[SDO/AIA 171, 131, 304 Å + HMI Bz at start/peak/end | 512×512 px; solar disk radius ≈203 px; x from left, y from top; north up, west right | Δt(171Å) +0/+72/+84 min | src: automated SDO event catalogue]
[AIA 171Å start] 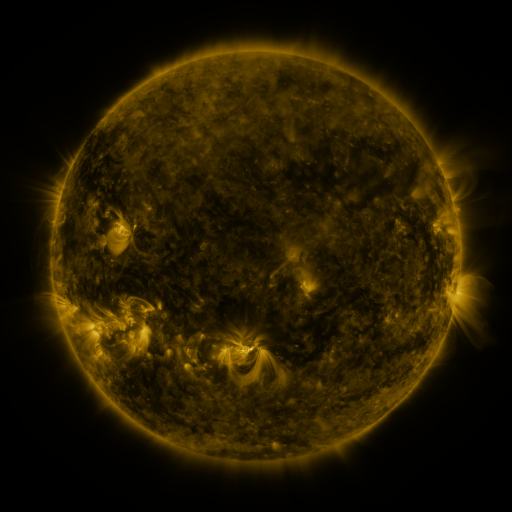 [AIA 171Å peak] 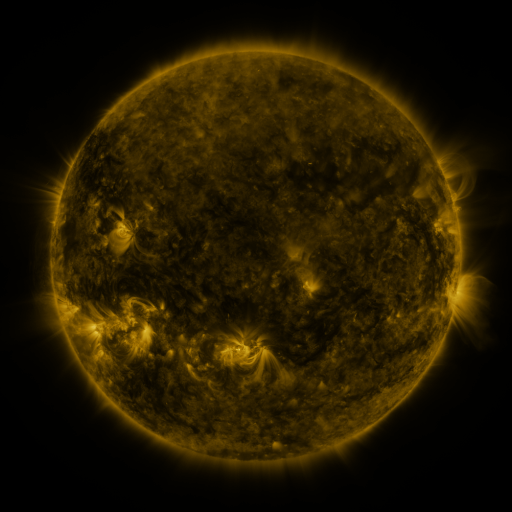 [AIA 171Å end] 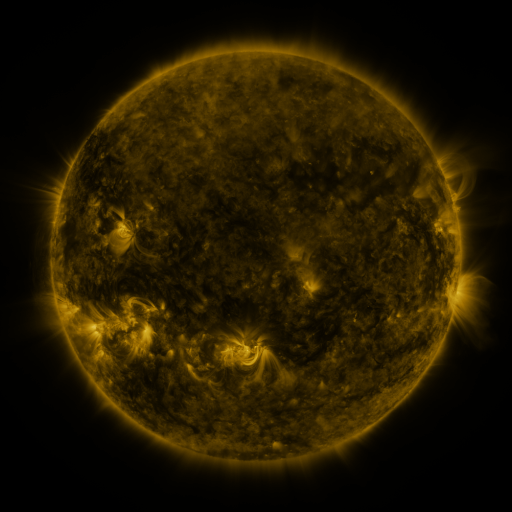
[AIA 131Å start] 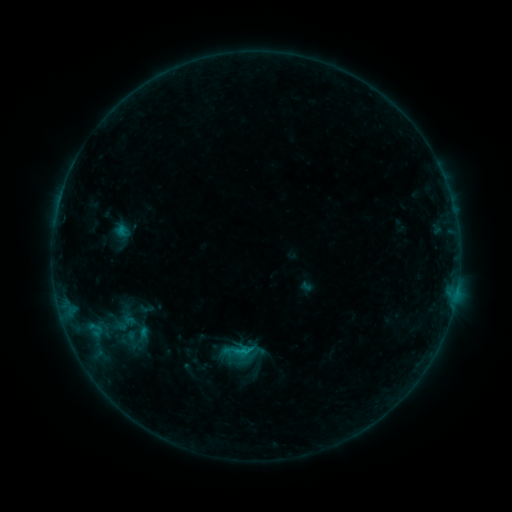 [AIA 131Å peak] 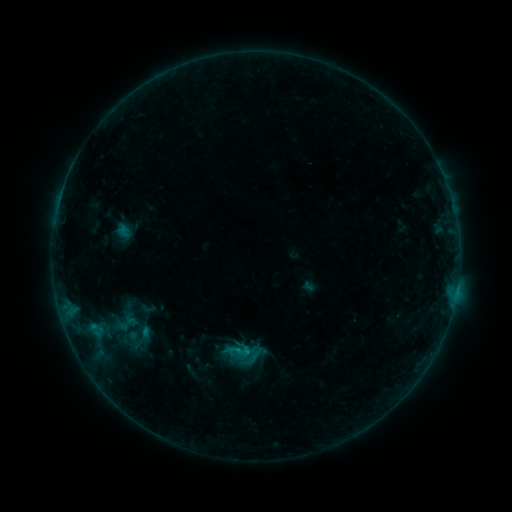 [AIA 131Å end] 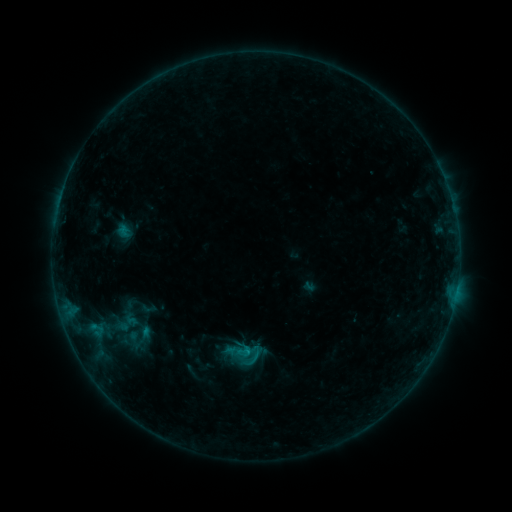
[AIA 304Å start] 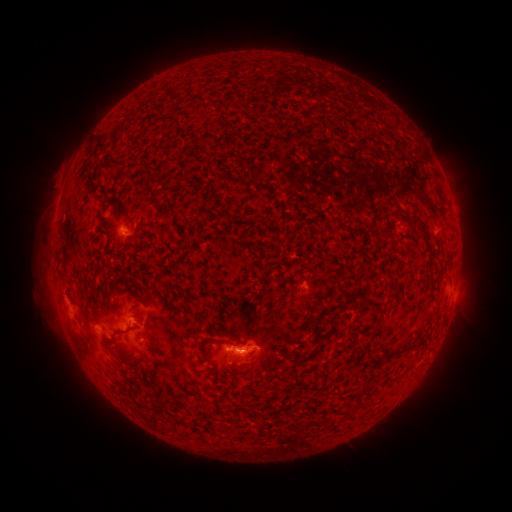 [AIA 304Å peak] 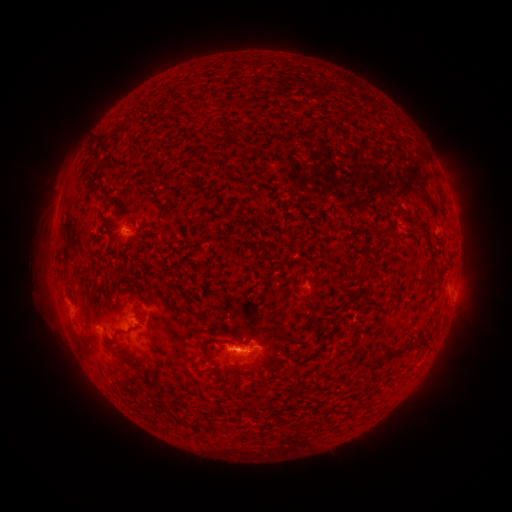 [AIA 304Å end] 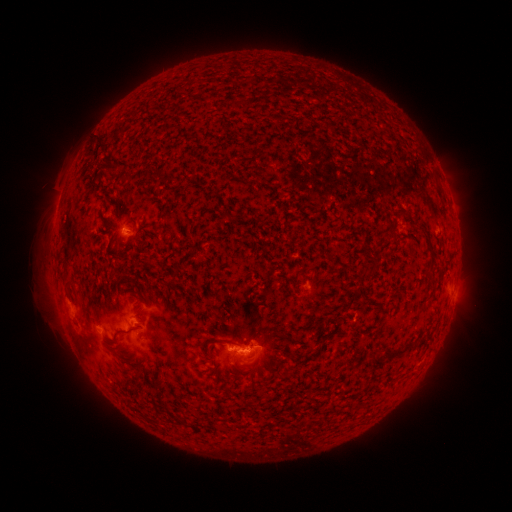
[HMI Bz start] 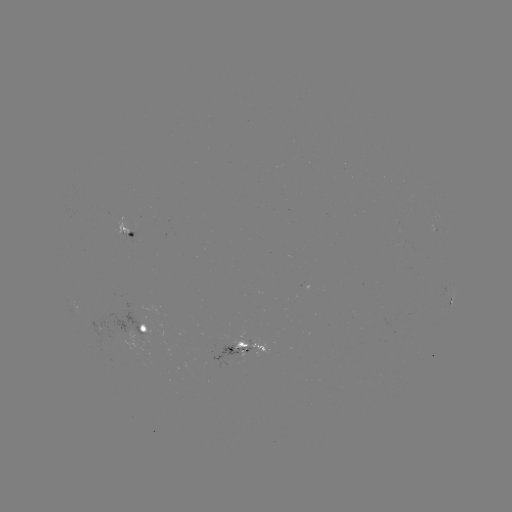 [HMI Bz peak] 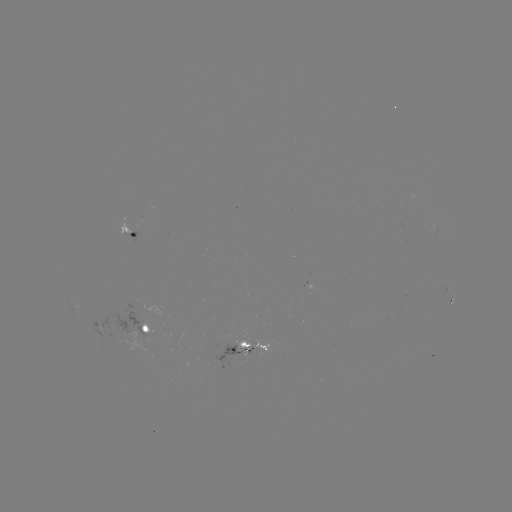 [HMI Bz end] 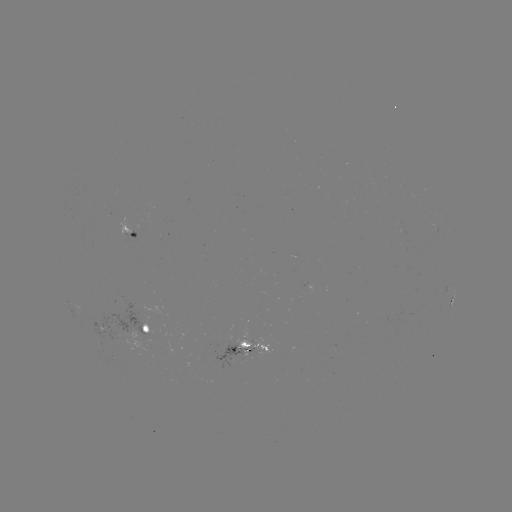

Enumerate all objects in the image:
emerging-flux region: (131, 236)
